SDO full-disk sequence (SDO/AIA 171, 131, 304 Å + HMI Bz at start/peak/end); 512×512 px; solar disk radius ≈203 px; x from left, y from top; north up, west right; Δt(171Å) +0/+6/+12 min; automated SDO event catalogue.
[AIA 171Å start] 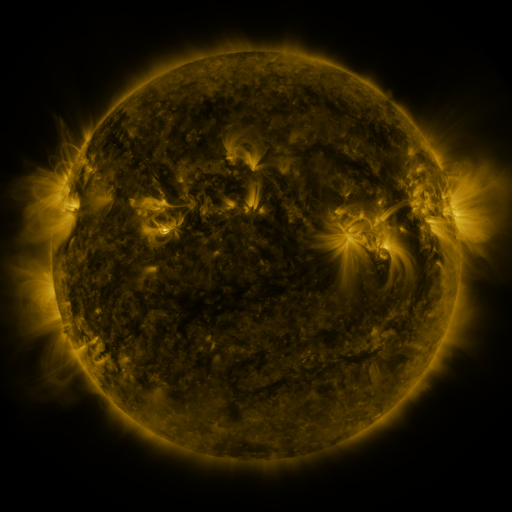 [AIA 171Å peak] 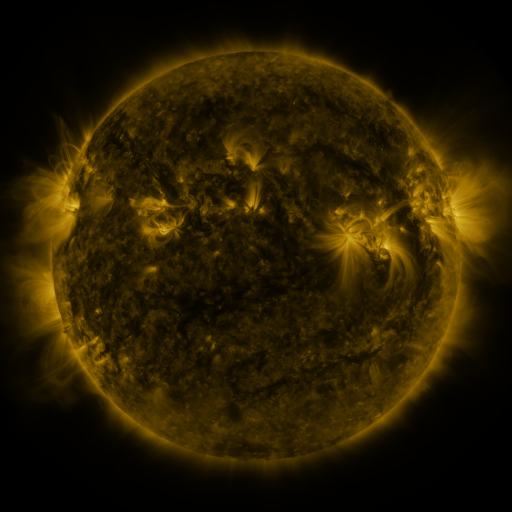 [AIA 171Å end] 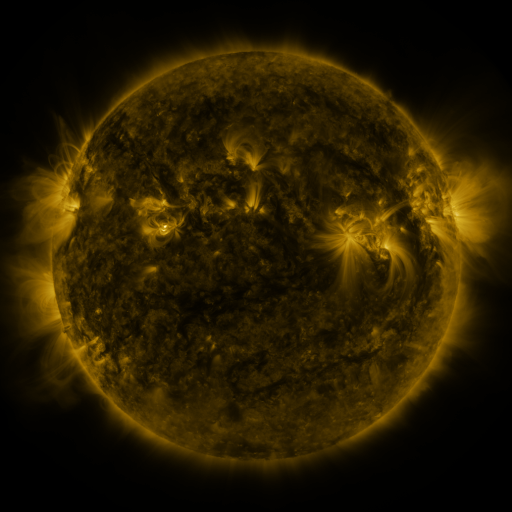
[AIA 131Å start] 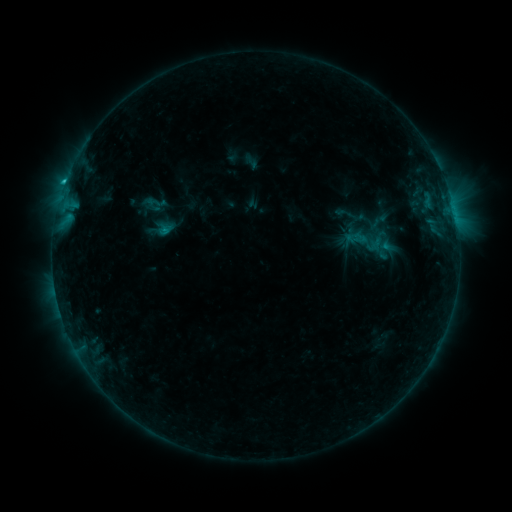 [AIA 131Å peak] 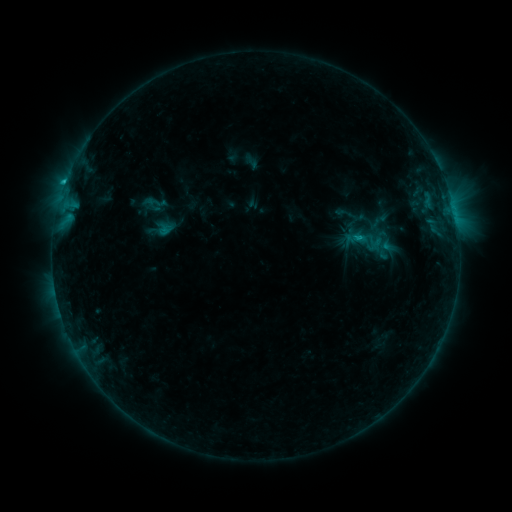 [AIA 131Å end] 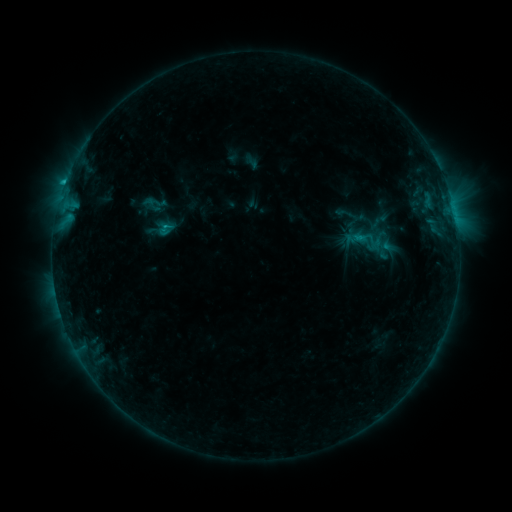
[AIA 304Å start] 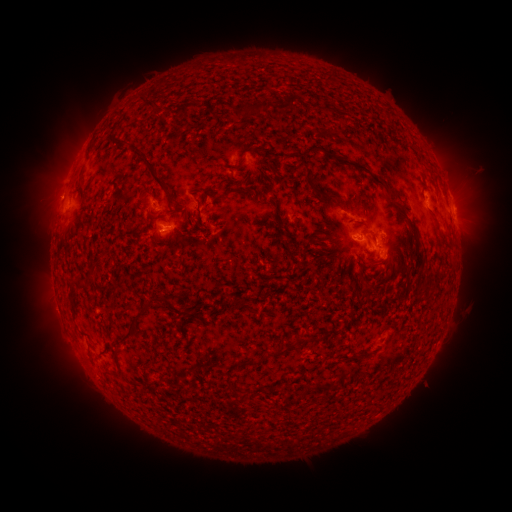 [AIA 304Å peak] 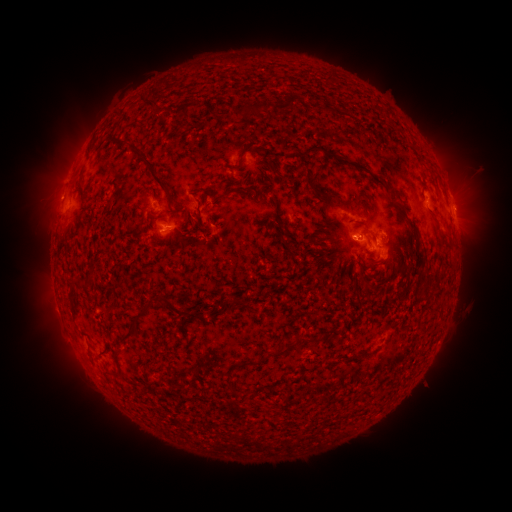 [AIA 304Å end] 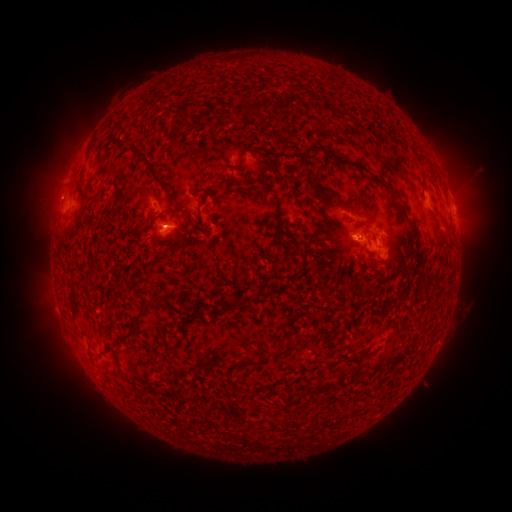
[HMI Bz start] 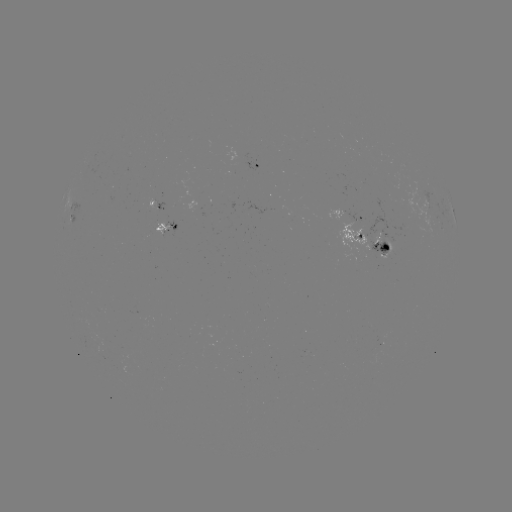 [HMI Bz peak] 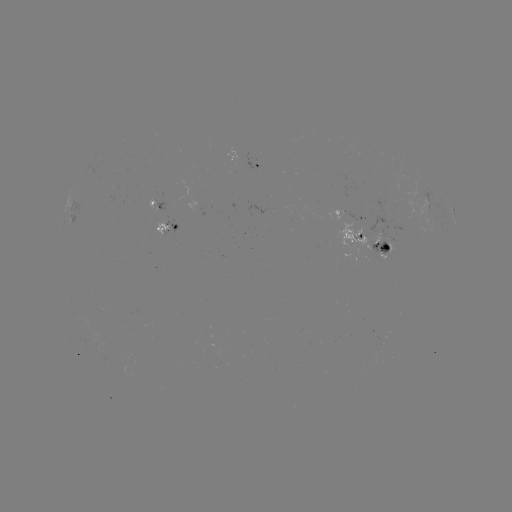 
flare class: C1.4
